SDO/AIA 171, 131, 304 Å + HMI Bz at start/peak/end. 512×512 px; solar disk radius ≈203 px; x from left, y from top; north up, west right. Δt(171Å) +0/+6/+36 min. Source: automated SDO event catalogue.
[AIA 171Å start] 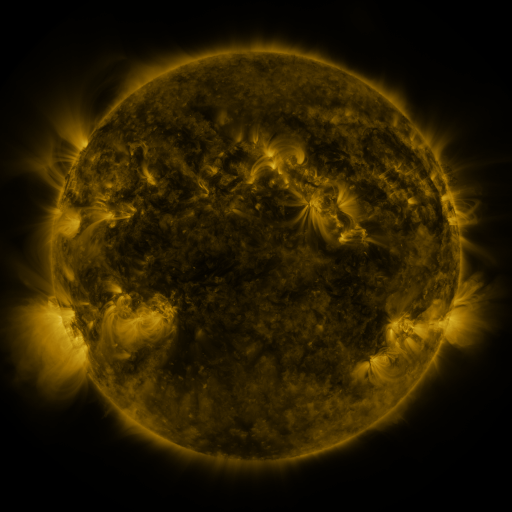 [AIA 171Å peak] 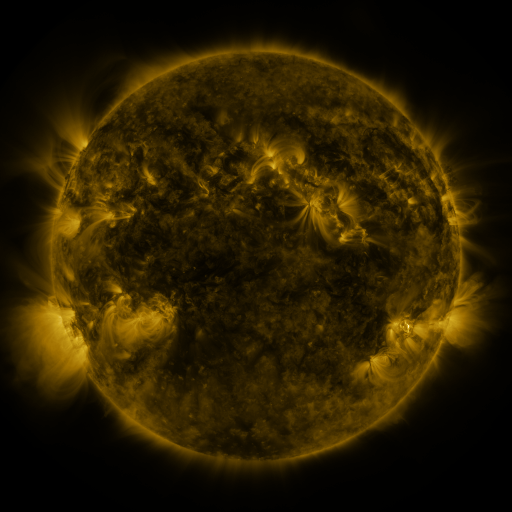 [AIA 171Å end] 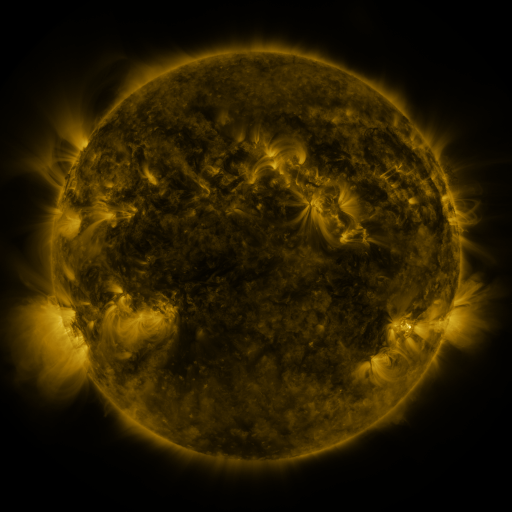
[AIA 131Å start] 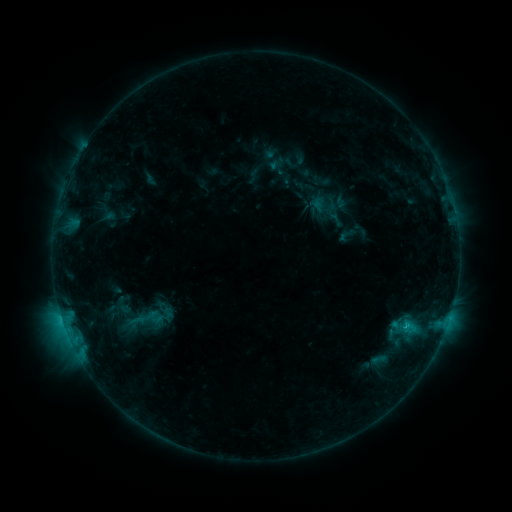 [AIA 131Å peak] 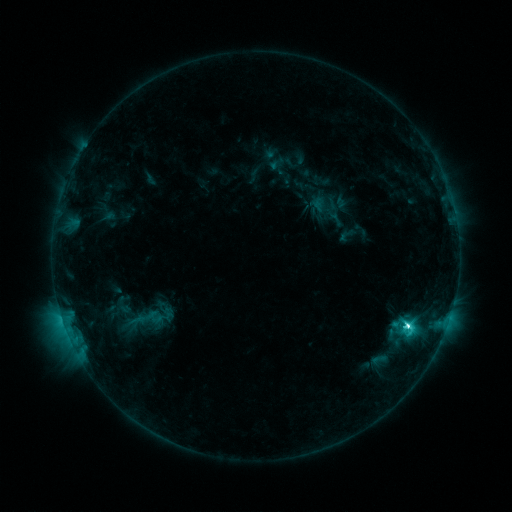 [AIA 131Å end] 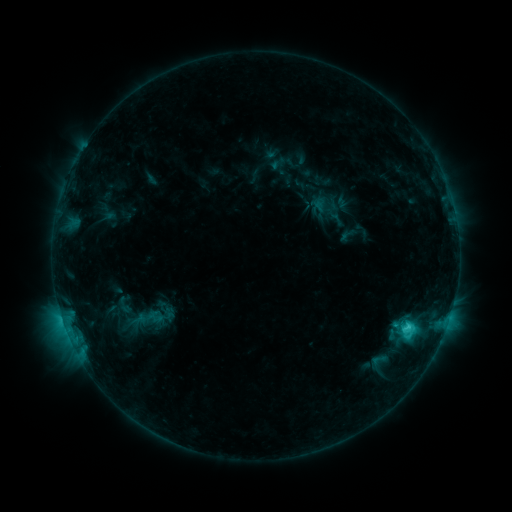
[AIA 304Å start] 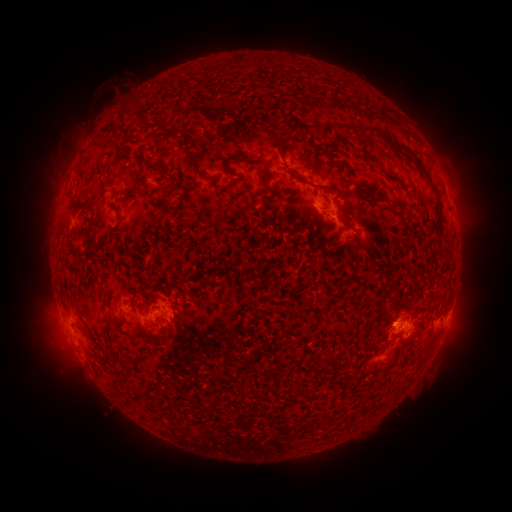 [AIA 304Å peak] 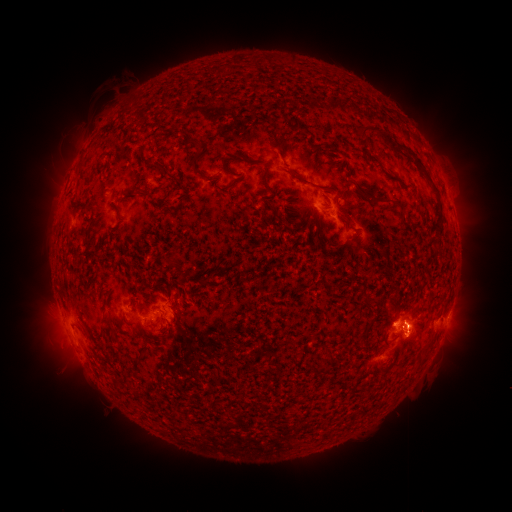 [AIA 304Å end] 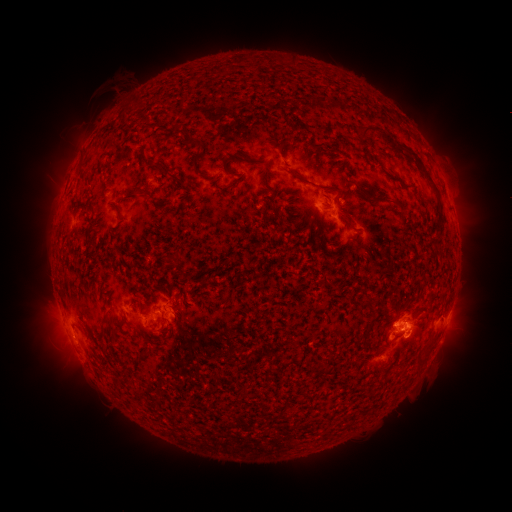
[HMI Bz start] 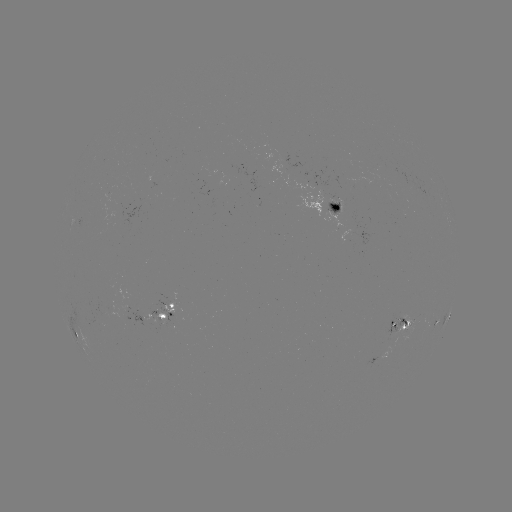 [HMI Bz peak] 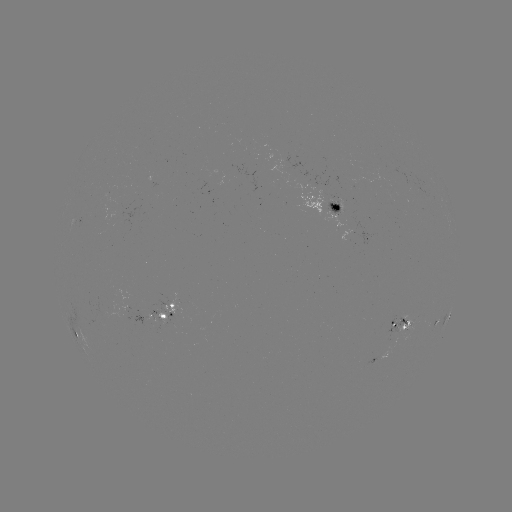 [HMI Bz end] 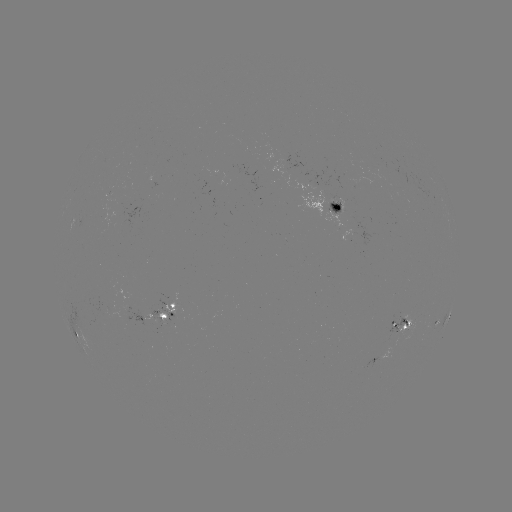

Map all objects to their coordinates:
C6.2 flare: (407, 324)
